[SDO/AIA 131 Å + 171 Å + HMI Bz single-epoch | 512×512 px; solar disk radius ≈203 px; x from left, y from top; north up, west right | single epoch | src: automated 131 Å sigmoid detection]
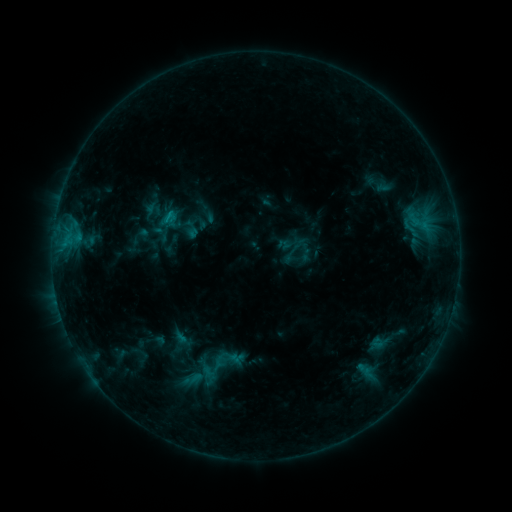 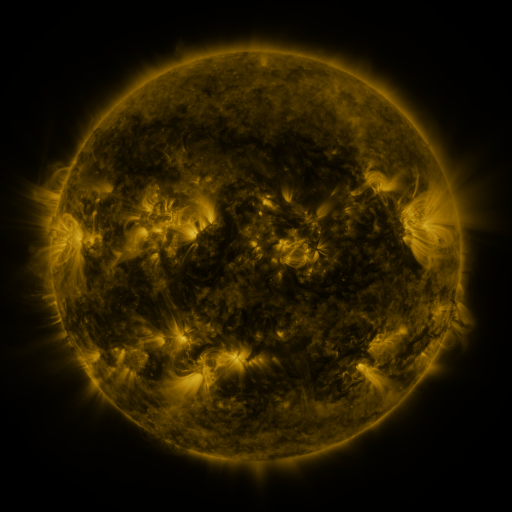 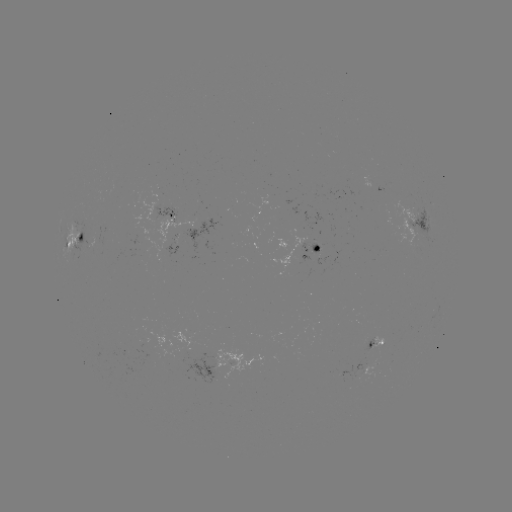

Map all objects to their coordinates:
sigmoid: (162, 209, 179, 227)
sigmoid: (200, 358, 223, 377)
